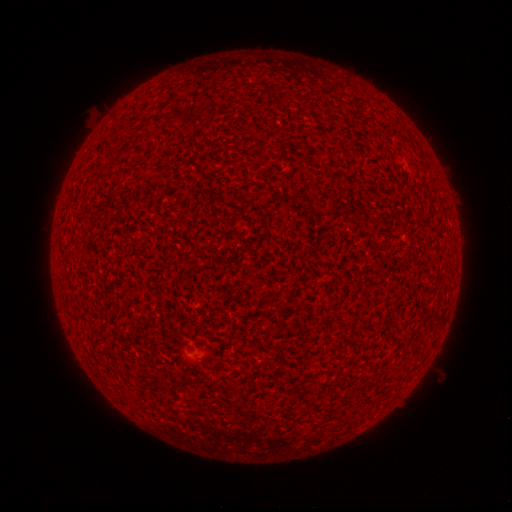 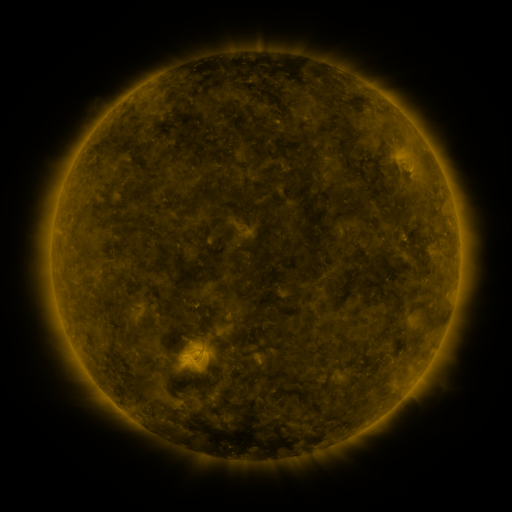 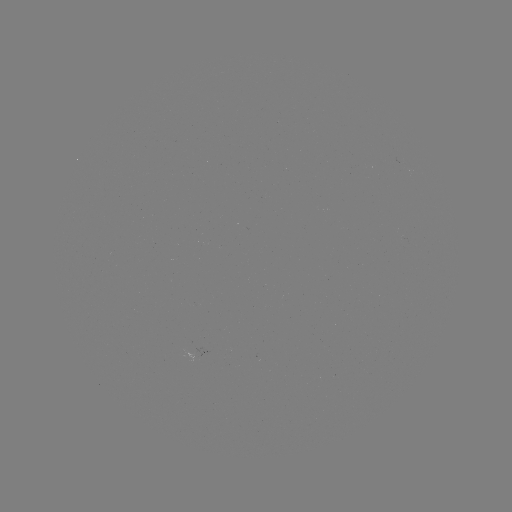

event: spotted active region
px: (203, 347)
